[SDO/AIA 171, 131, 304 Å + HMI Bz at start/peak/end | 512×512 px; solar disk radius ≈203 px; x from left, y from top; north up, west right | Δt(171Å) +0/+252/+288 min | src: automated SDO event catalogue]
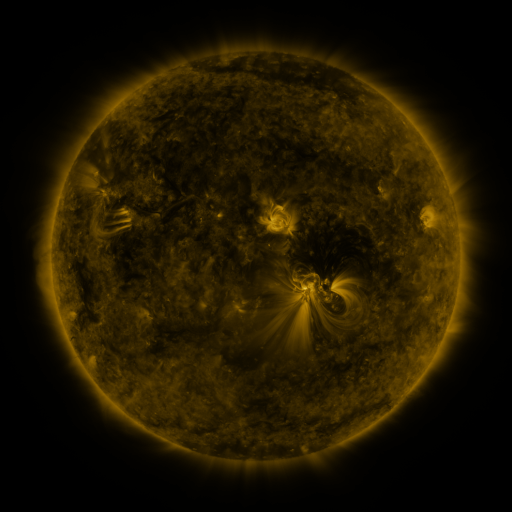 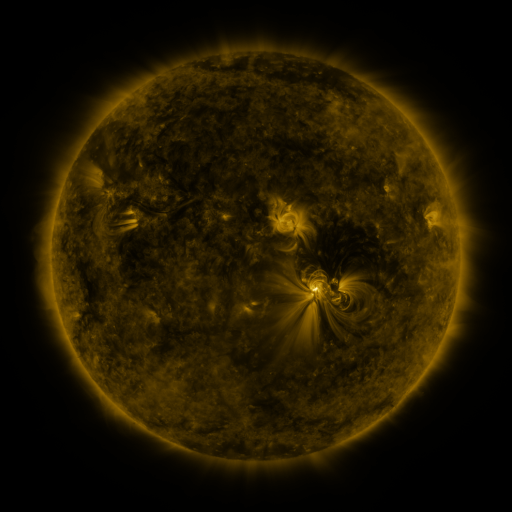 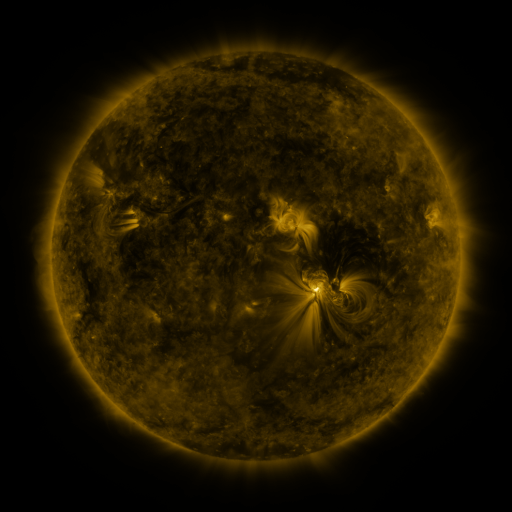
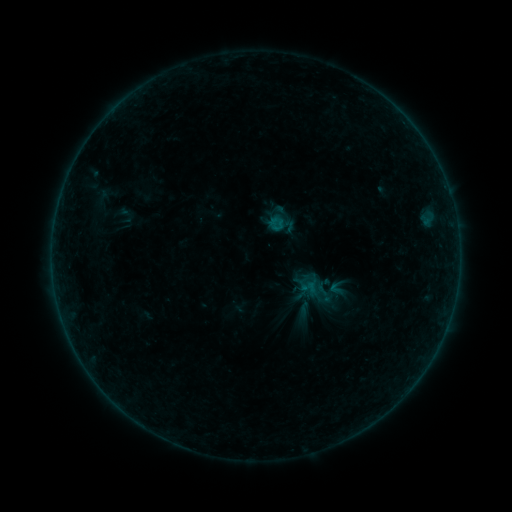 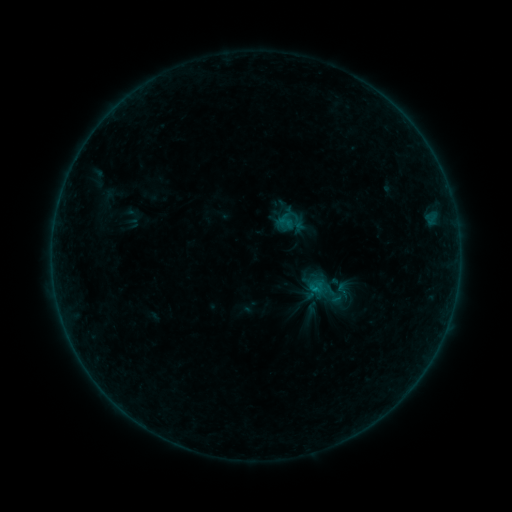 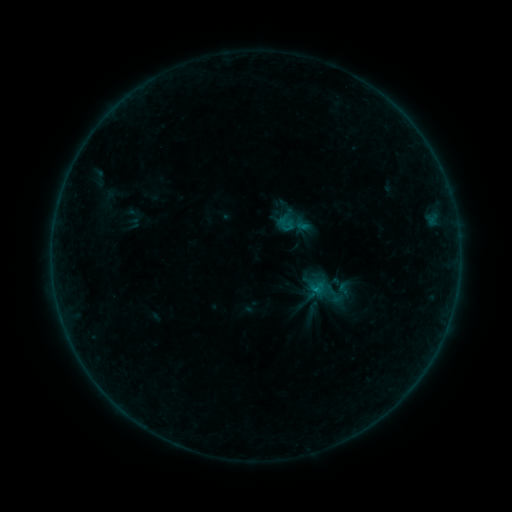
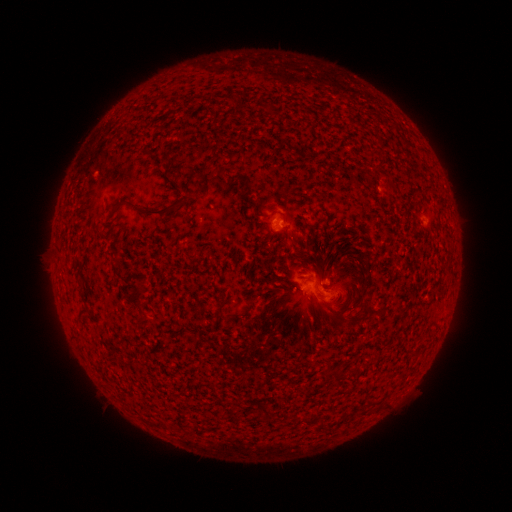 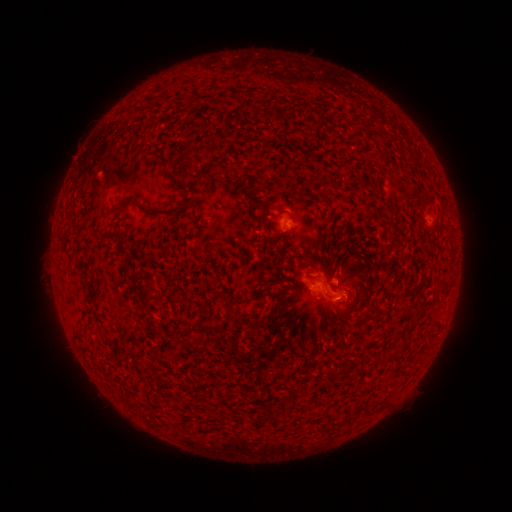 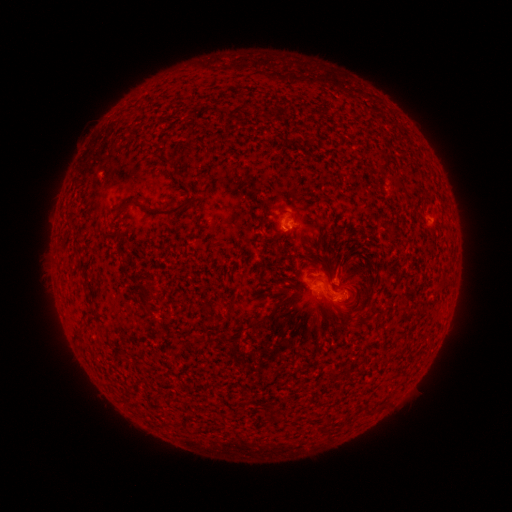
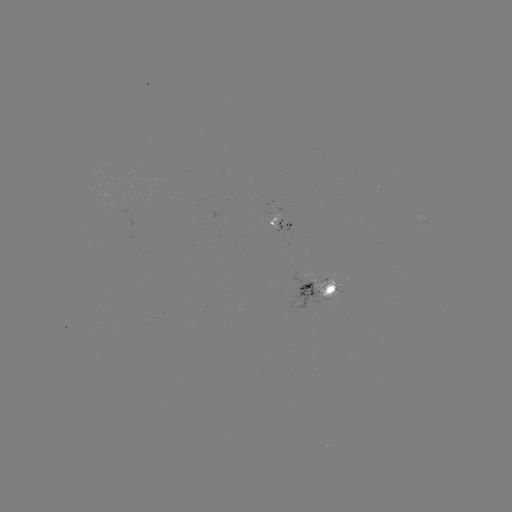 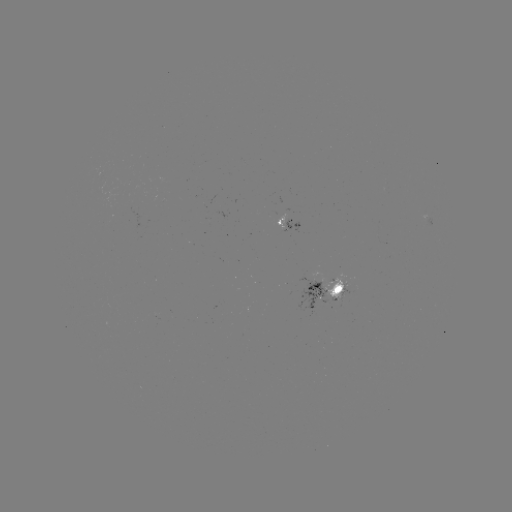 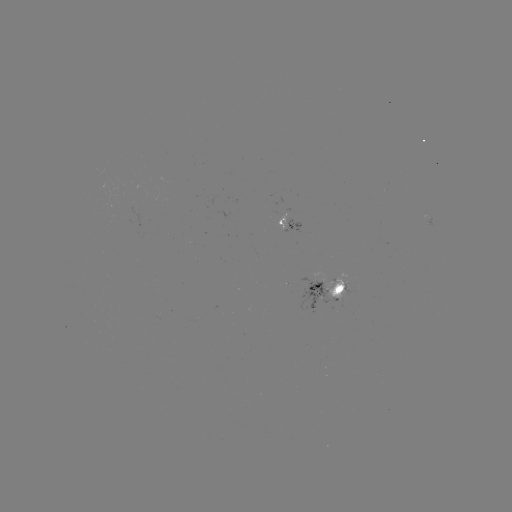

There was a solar emerging-flux region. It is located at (336, 293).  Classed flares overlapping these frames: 1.